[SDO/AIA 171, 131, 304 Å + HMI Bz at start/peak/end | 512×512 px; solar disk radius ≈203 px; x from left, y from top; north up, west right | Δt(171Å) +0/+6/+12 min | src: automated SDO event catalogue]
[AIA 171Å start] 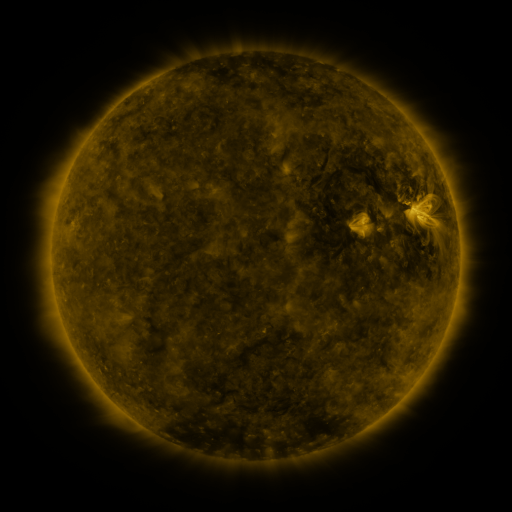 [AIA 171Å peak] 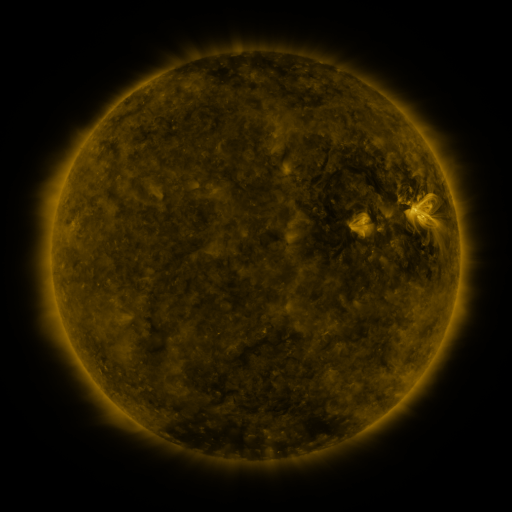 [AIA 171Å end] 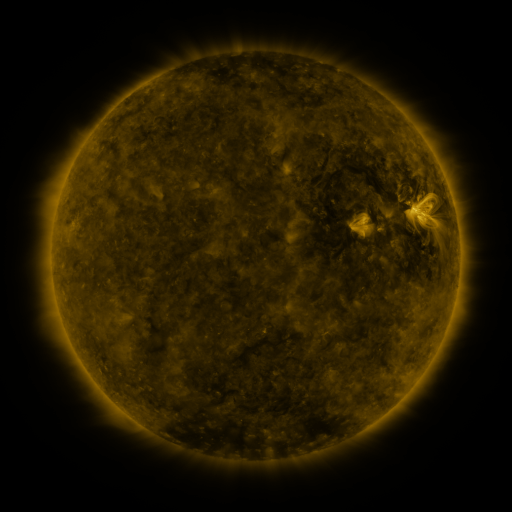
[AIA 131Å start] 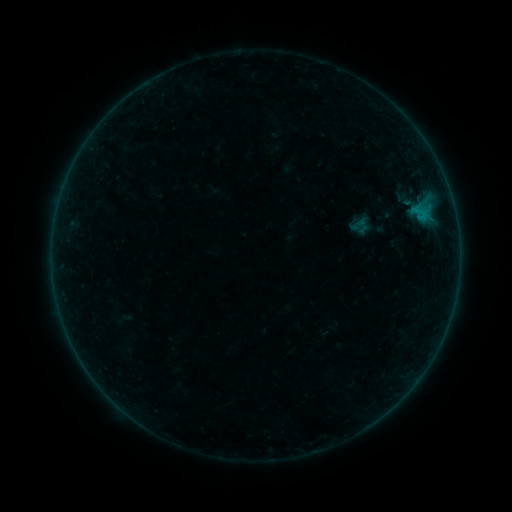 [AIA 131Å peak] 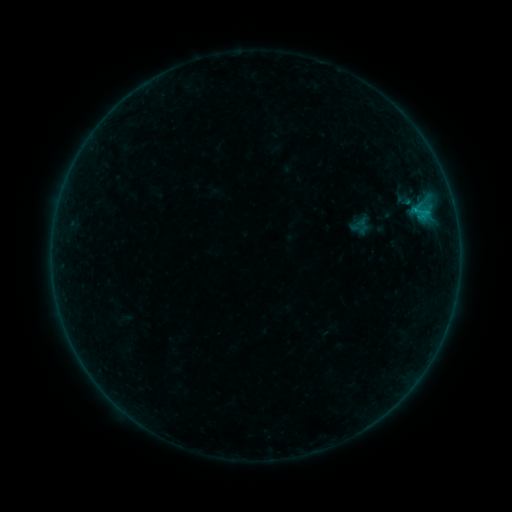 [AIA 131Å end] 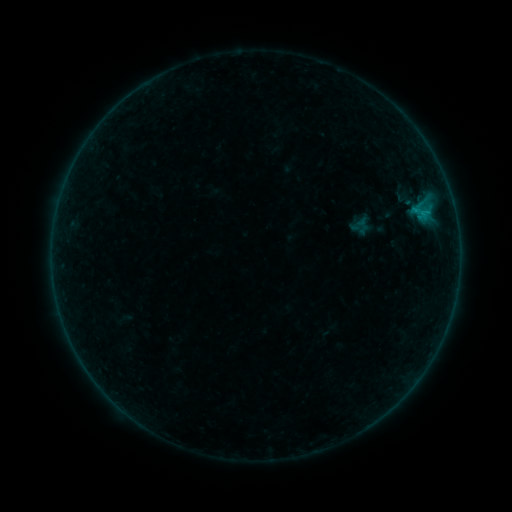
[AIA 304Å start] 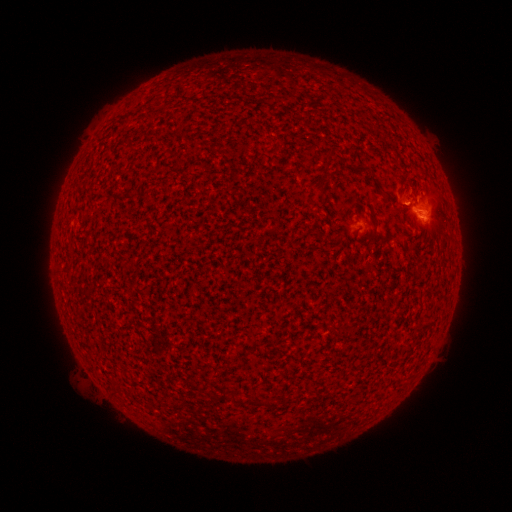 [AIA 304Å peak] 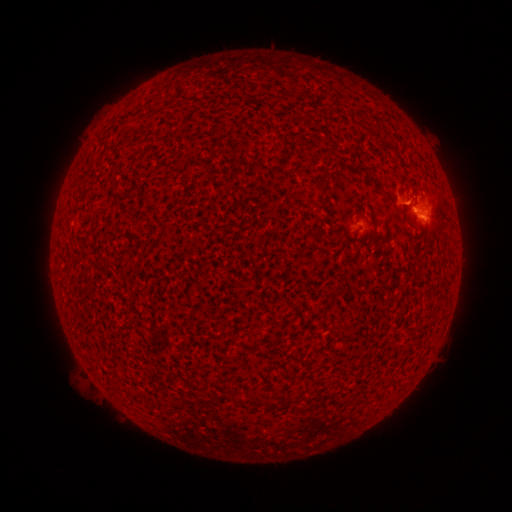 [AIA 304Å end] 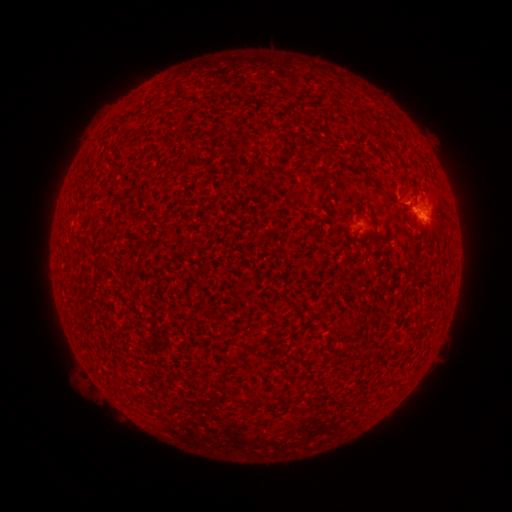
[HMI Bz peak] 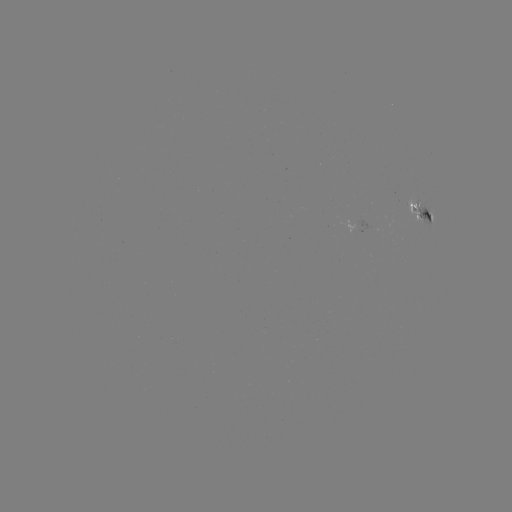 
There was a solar flare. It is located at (414, 212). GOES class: B3.5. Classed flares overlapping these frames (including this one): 1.